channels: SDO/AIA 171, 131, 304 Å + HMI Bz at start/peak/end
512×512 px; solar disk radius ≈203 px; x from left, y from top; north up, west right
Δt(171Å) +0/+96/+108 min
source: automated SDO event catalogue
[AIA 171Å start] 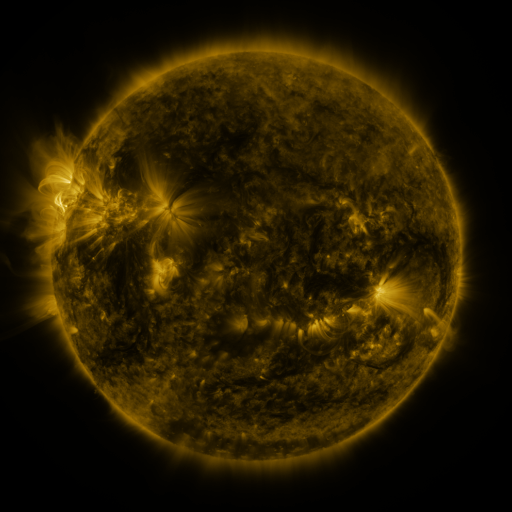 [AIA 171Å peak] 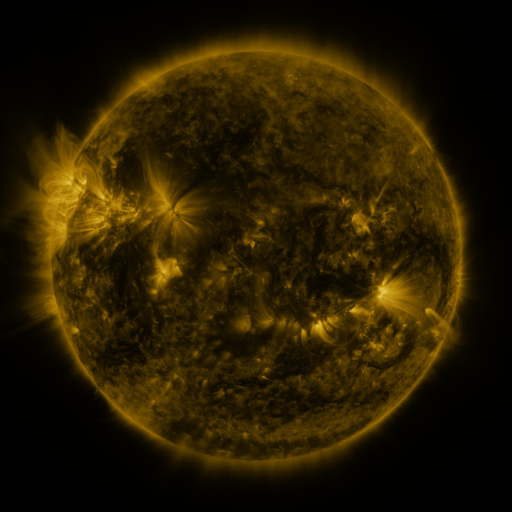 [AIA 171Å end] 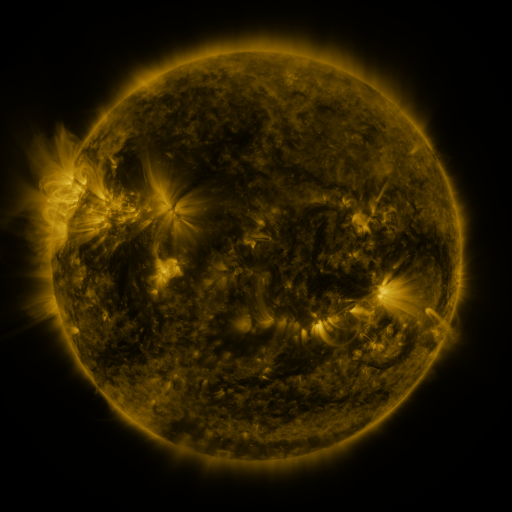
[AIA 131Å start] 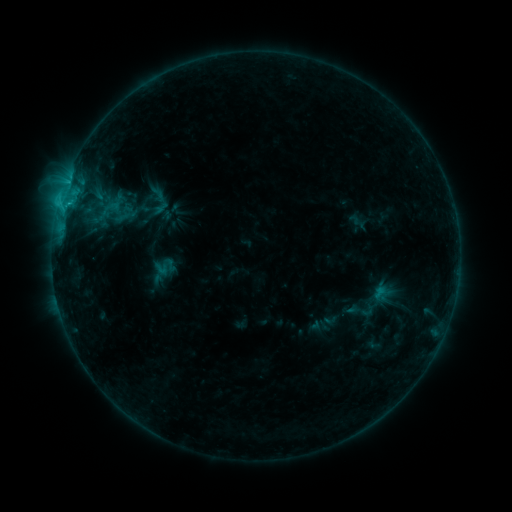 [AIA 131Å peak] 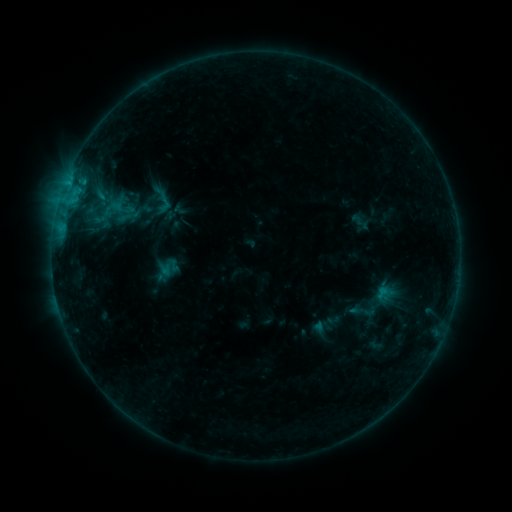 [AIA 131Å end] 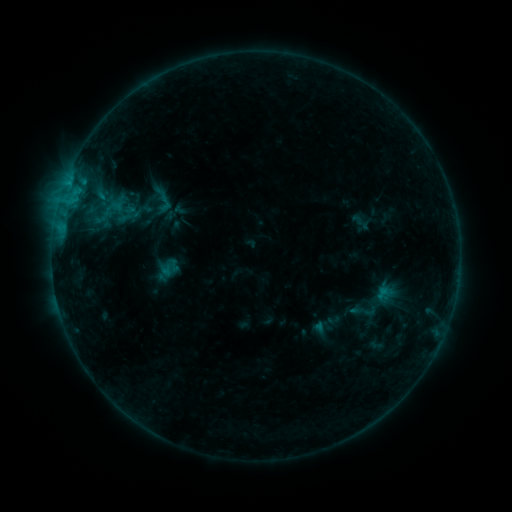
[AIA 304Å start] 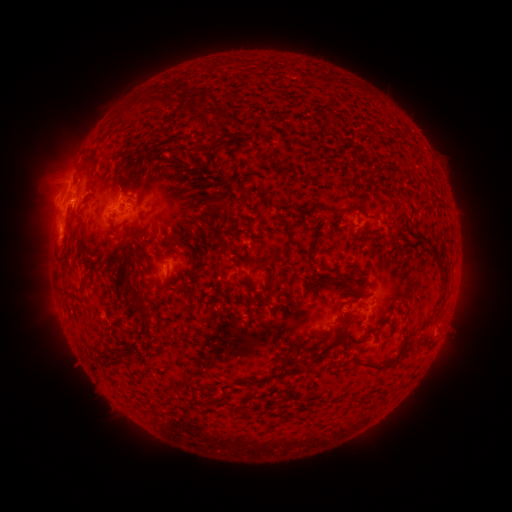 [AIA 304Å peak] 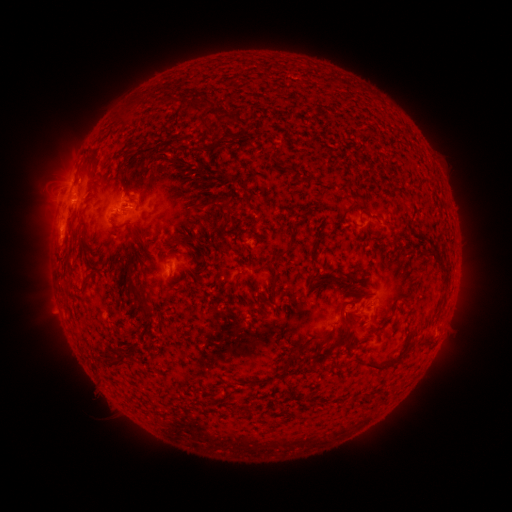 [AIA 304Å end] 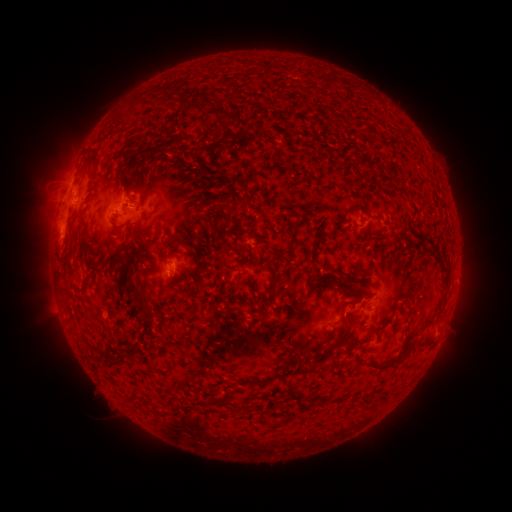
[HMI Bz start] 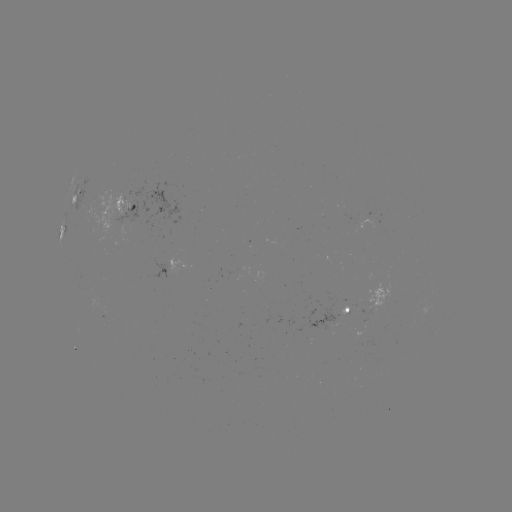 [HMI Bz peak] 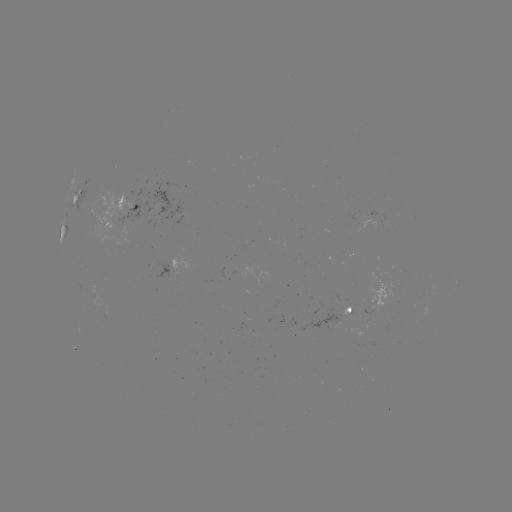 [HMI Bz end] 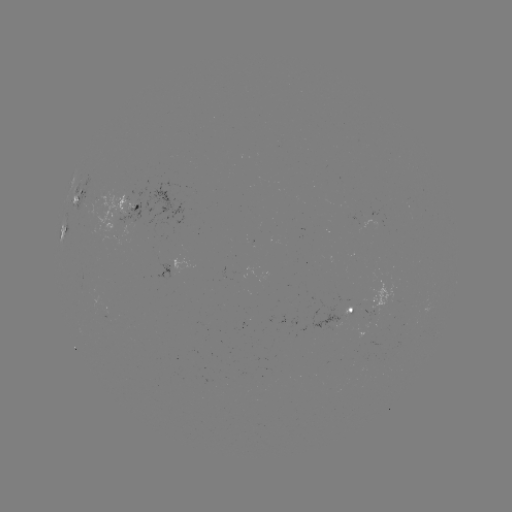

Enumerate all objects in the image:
emerging-flux region: (344, 312)
